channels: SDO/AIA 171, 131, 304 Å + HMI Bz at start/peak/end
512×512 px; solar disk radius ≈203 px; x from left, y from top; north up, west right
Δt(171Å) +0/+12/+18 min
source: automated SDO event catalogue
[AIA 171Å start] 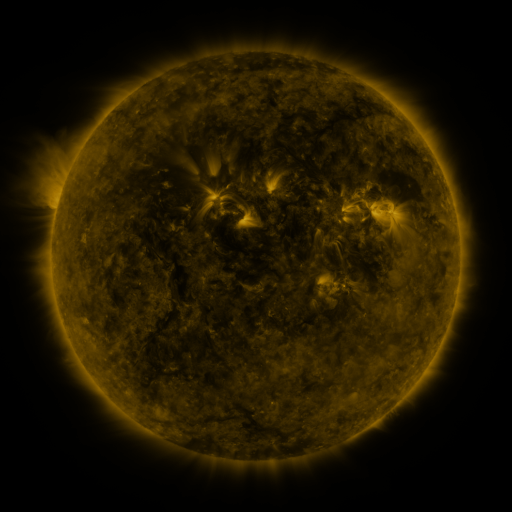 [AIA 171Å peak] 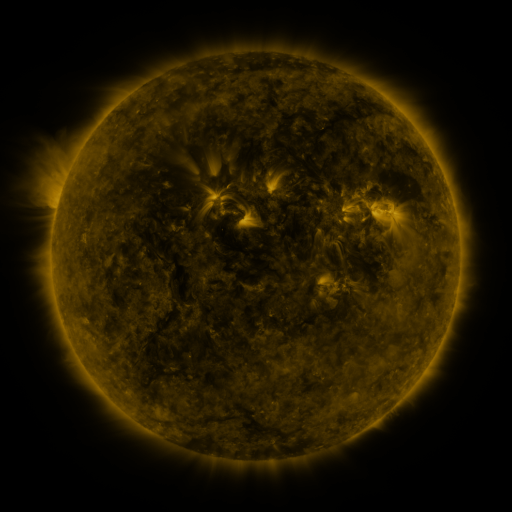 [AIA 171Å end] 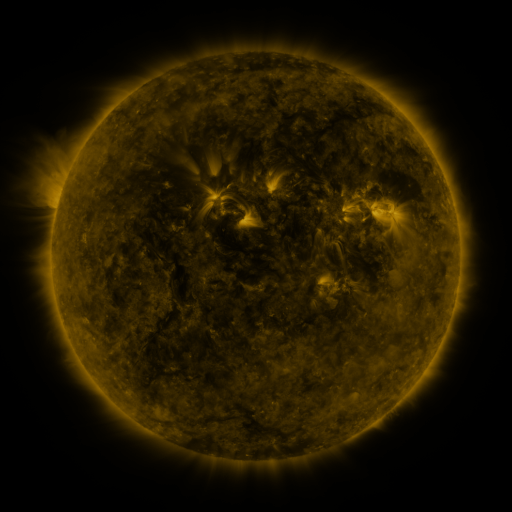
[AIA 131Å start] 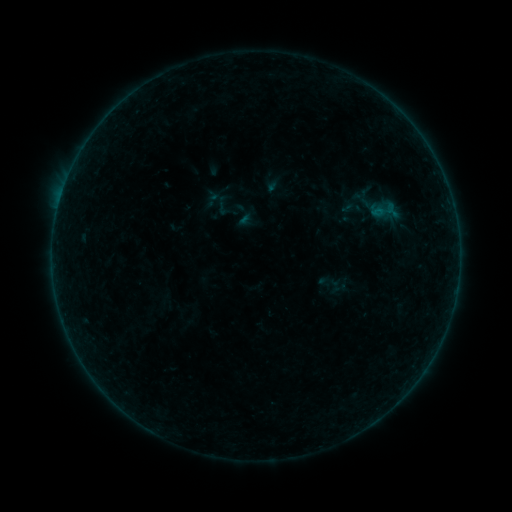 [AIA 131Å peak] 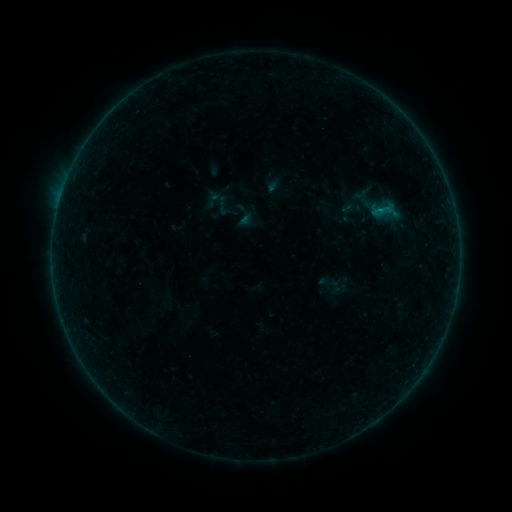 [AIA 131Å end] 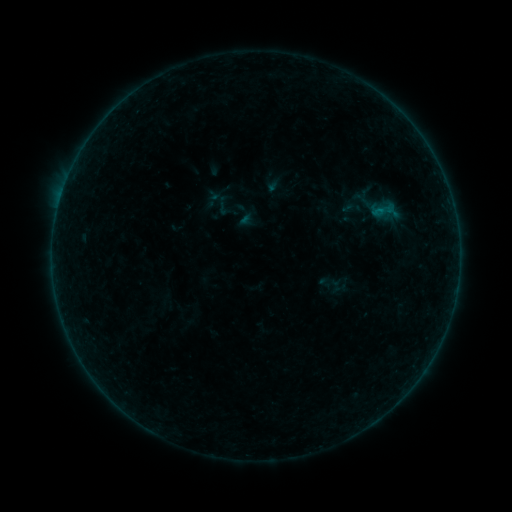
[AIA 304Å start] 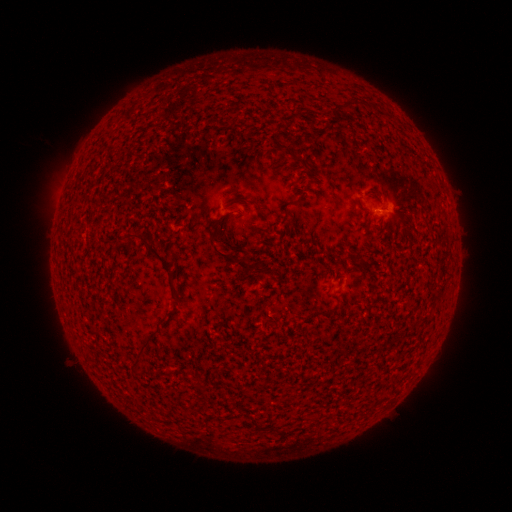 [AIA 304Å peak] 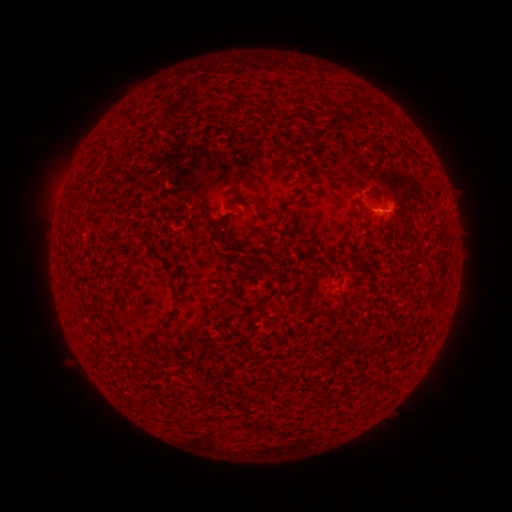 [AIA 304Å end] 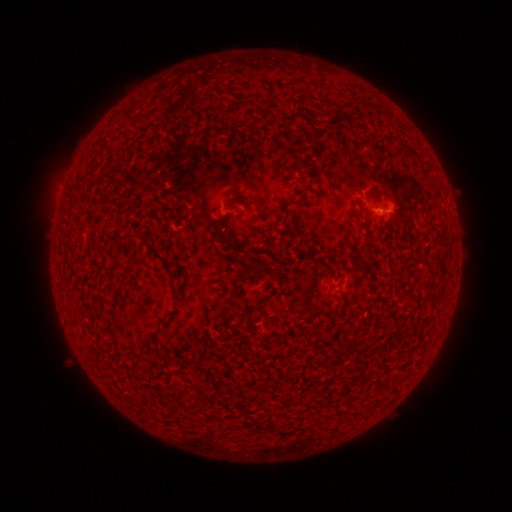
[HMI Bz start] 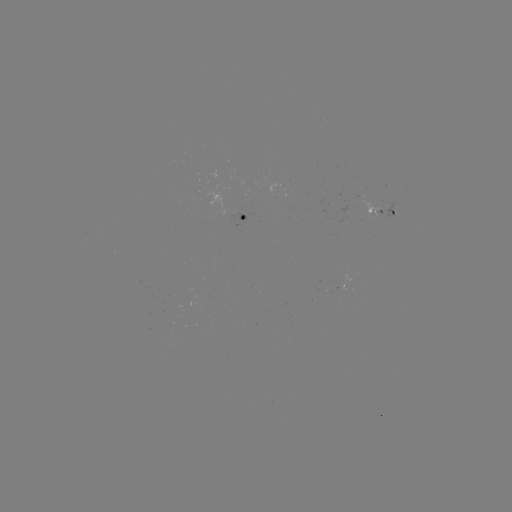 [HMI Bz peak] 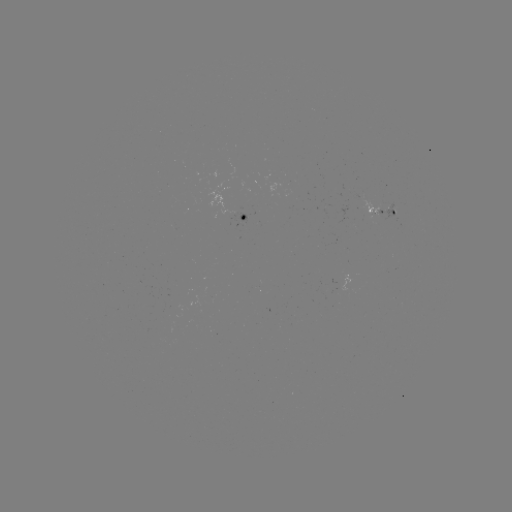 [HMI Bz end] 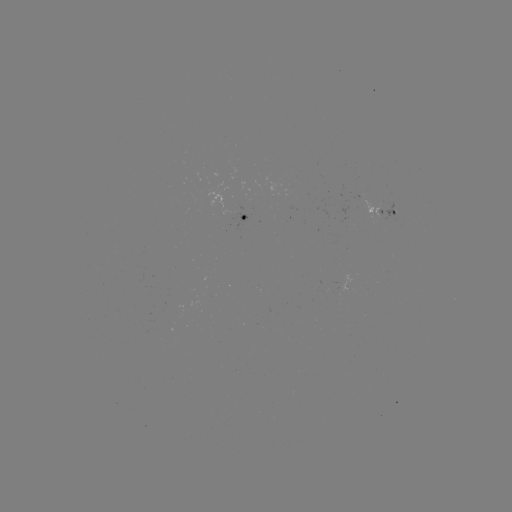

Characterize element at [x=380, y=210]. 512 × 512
B2.1 flare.